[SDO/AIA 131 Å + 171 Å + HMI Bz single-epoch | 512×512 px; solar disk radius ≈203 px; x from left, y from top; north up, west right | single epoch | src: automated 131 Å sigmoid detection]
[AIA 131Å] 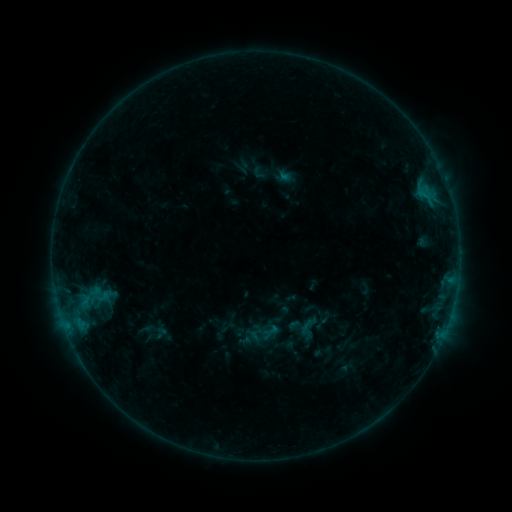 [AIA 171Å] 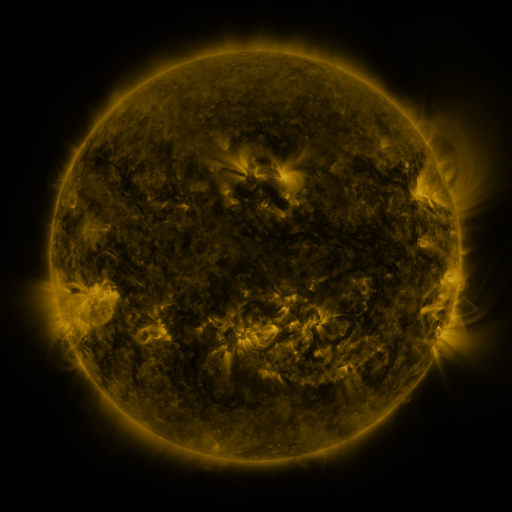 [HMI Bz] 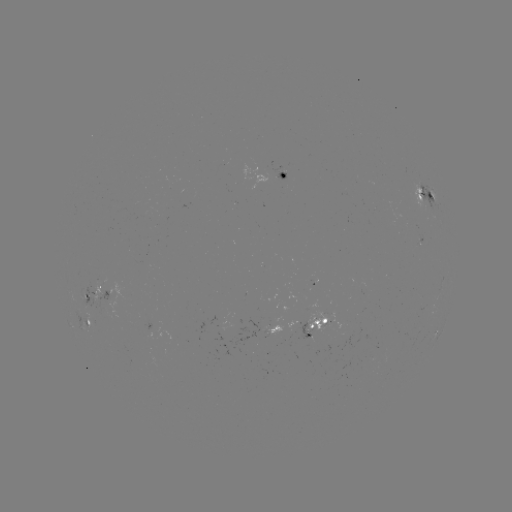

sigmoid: [295, 315, 322, 342]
